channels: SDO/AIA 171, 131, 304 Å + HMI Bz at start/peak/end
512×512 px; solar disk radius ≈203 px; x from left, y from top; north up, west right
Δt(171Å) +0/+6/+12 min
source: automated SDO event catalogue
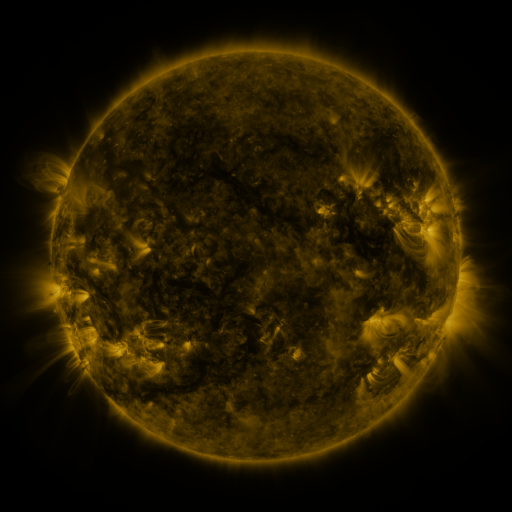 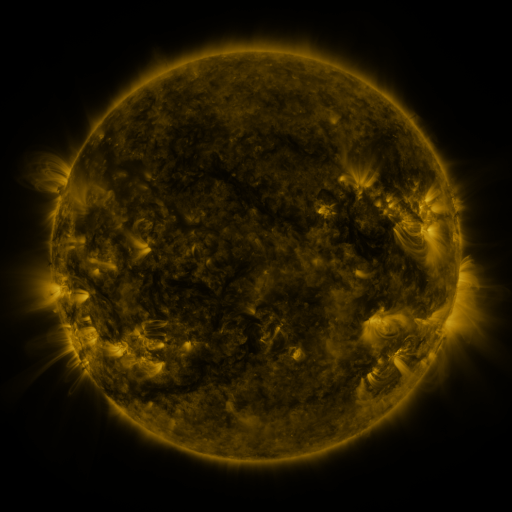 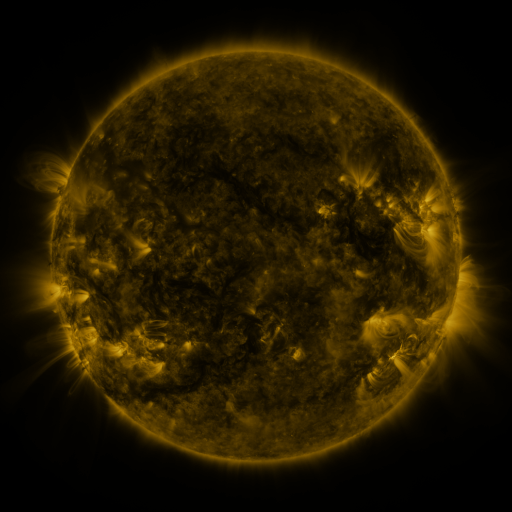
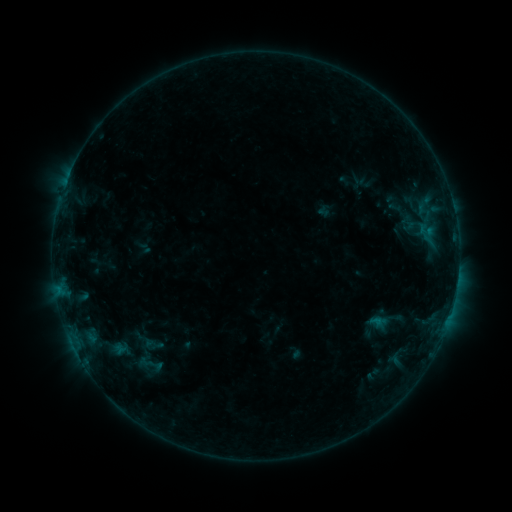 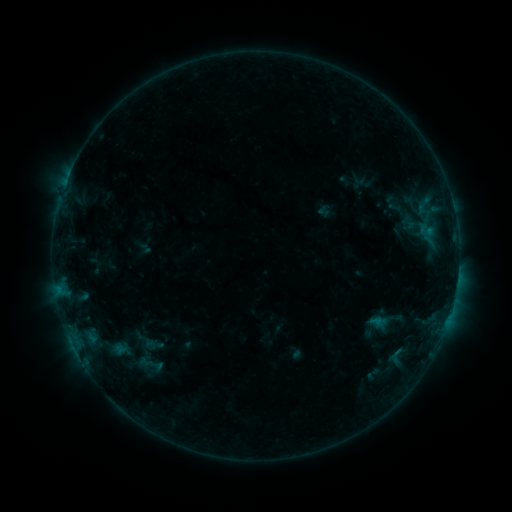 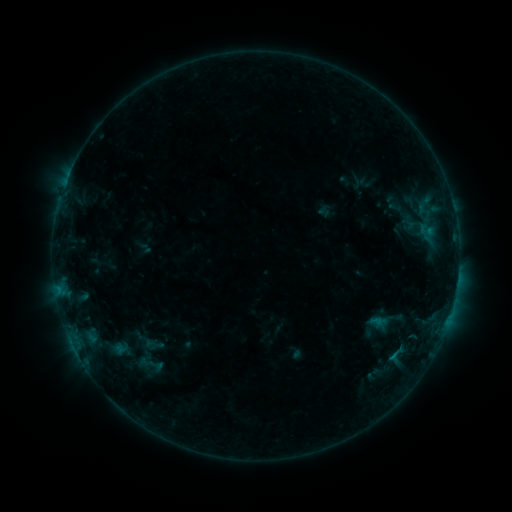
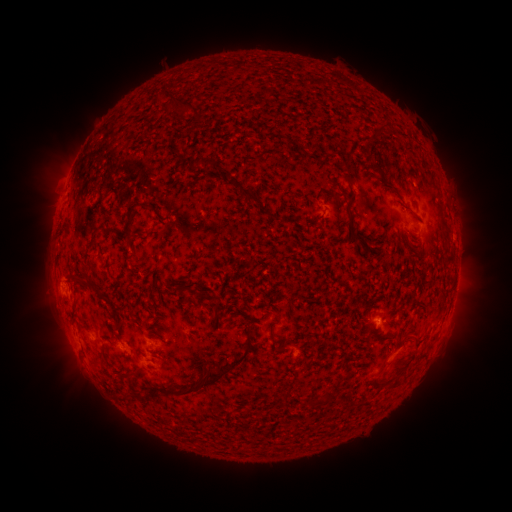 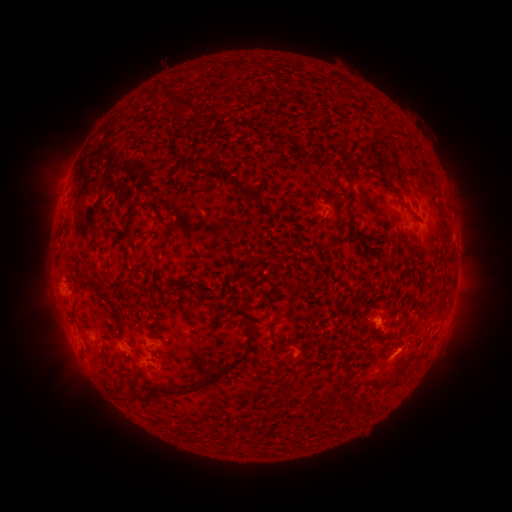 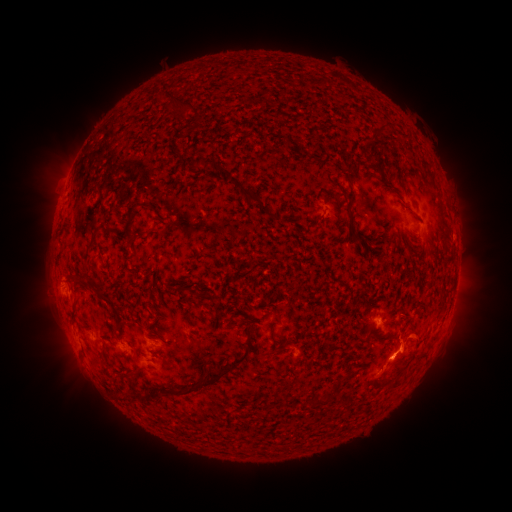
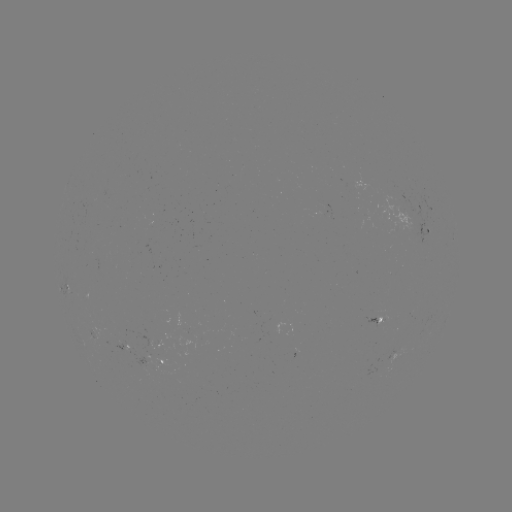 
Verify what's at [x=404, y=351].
eruption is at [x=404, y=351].